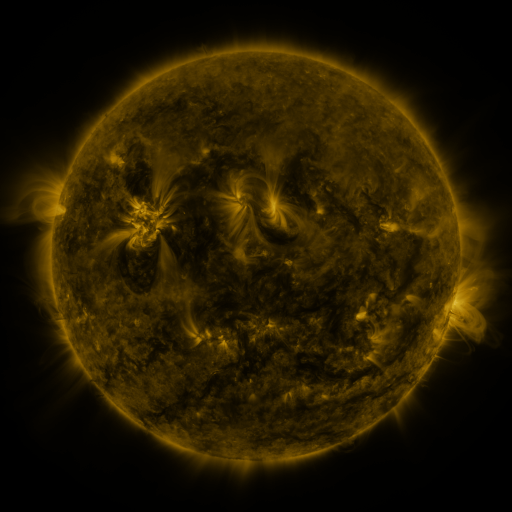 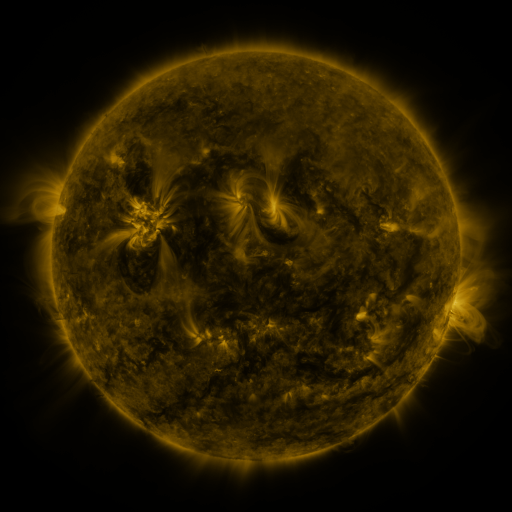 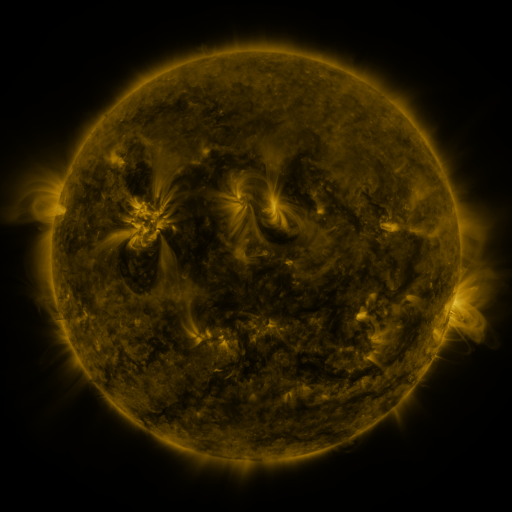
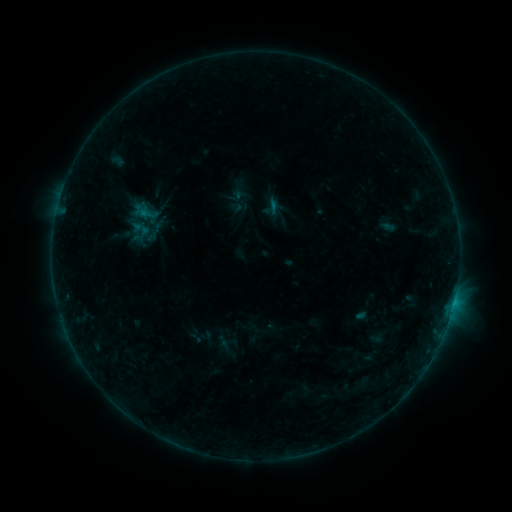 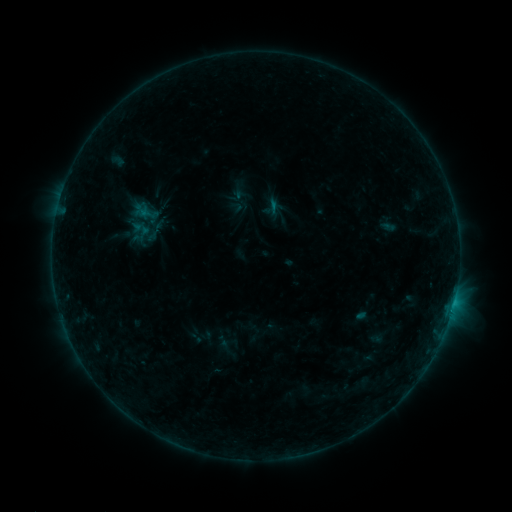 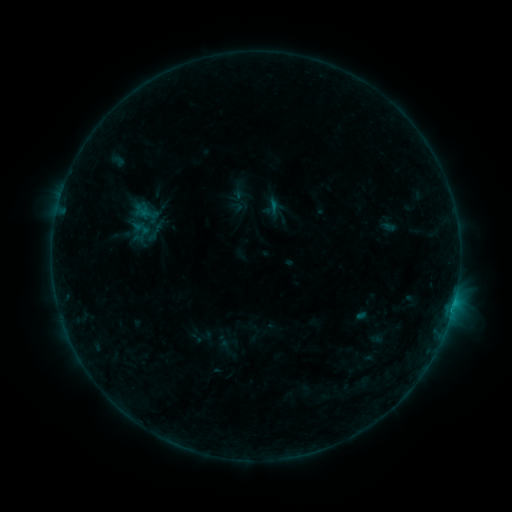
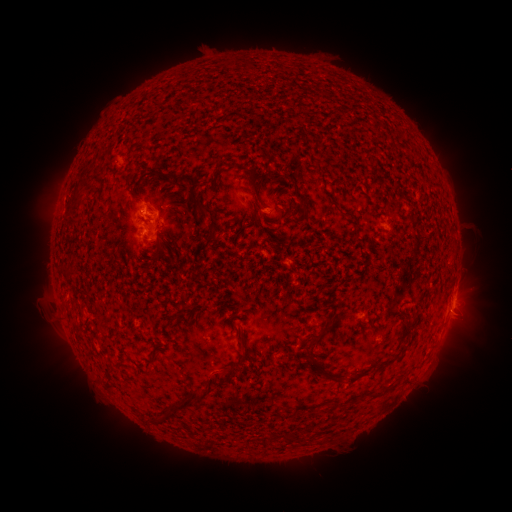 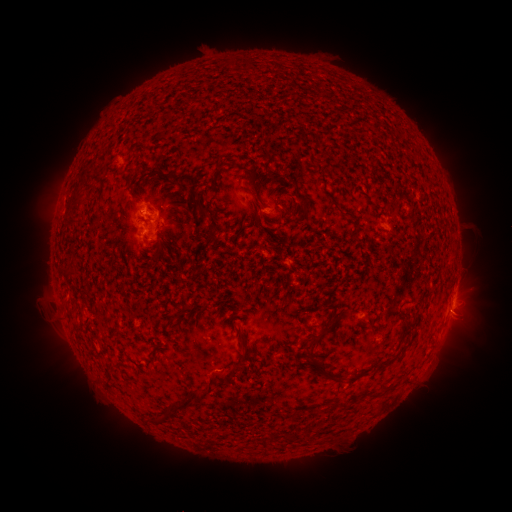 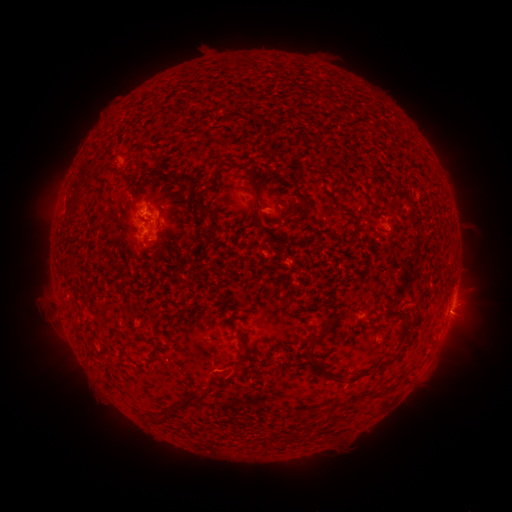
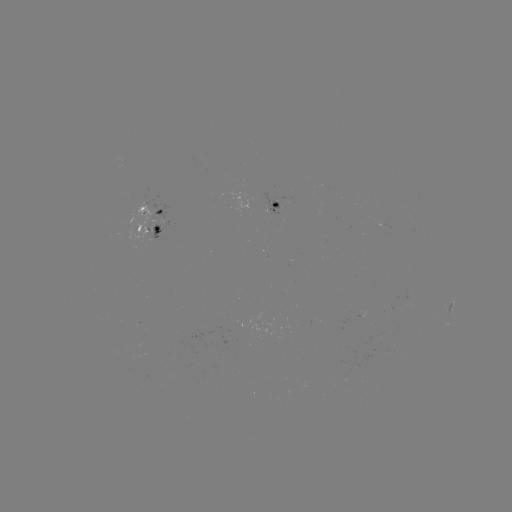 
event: flare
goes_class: B6.2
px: (453, 301)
